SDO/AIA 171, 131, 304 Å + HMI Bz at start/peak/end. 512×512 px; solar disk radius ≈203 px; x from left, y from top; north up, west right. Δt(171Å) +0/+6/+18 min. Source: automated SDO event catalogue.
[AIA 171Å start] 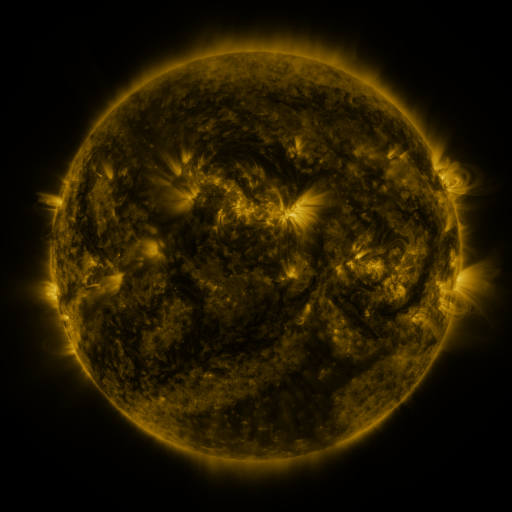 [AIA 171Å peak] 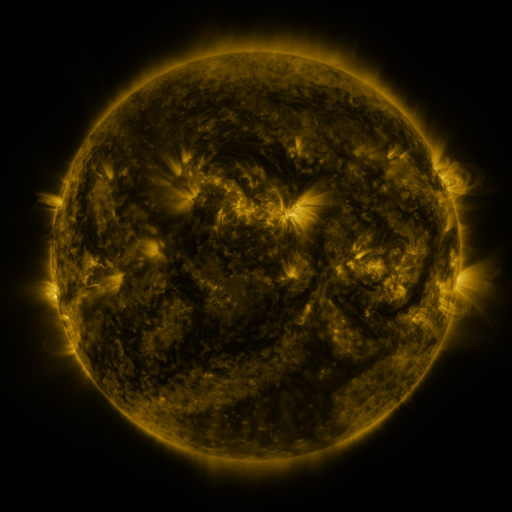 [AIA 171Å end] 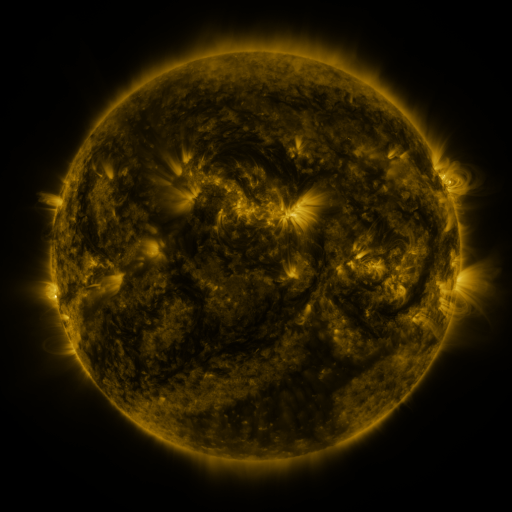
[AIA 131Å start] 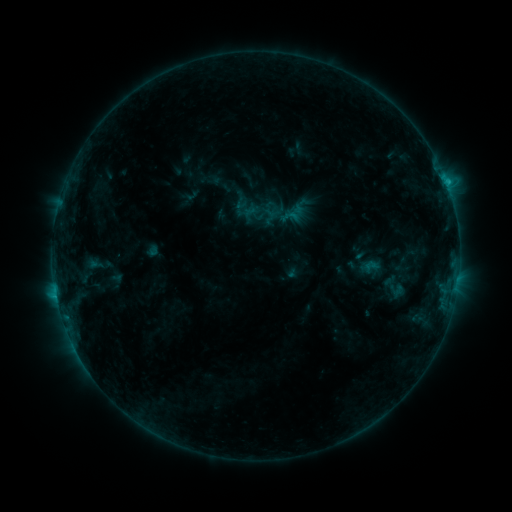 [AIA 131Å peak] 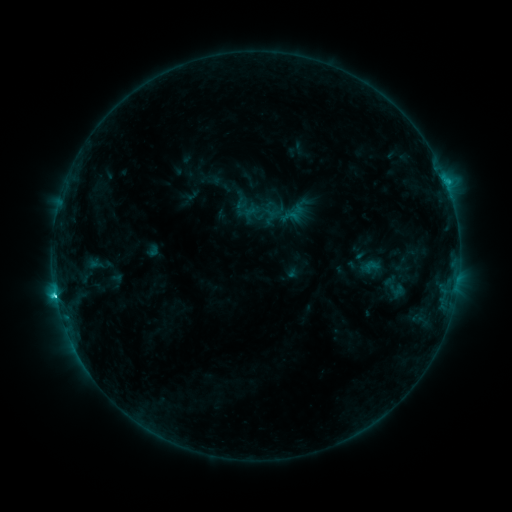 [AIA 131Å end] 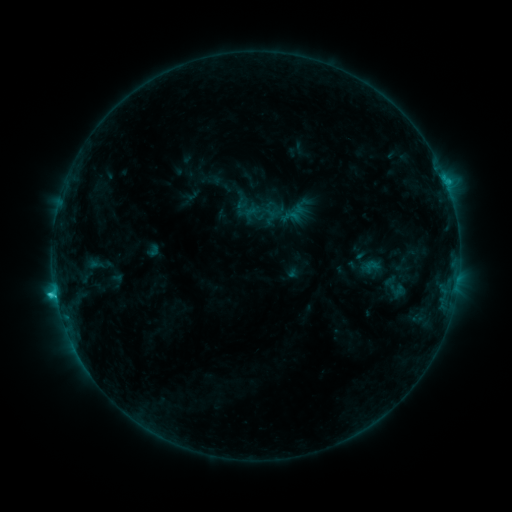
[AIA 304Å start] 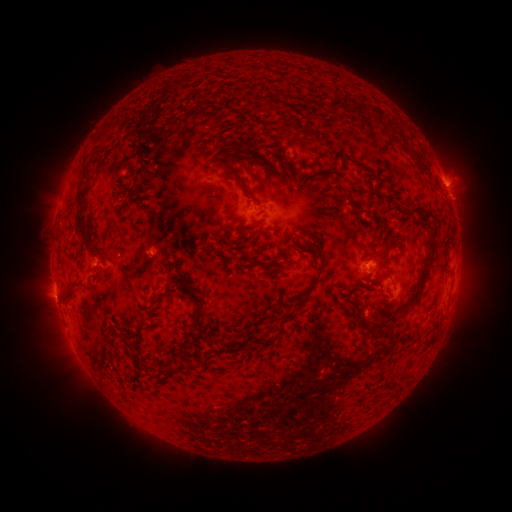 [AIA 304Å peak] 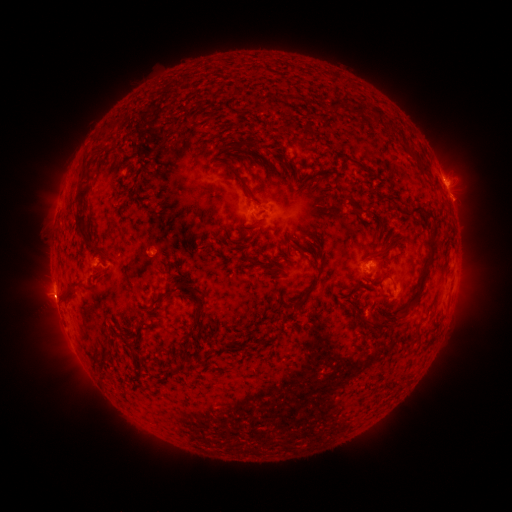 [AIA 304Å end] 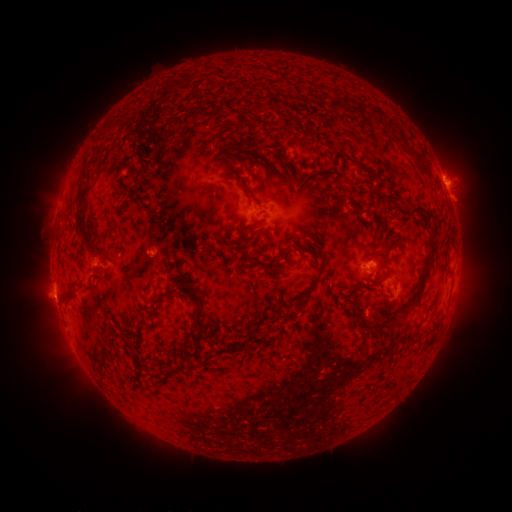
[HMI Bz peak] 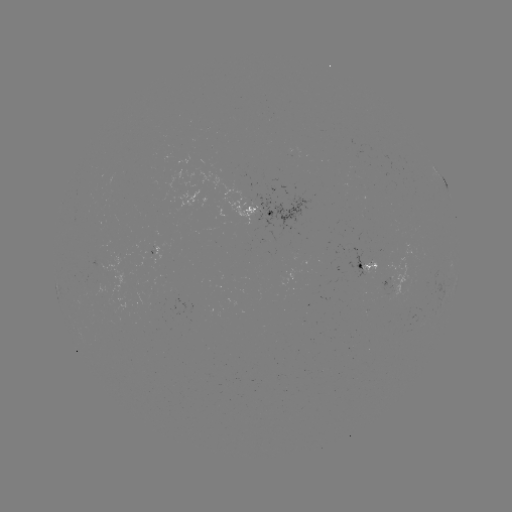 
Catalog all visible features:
C2.9 flare: (56, 293)
